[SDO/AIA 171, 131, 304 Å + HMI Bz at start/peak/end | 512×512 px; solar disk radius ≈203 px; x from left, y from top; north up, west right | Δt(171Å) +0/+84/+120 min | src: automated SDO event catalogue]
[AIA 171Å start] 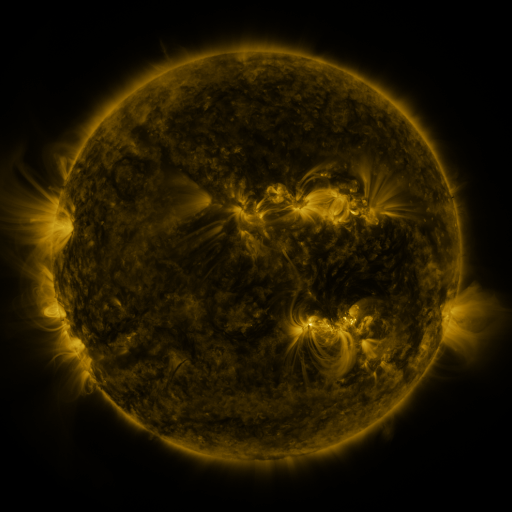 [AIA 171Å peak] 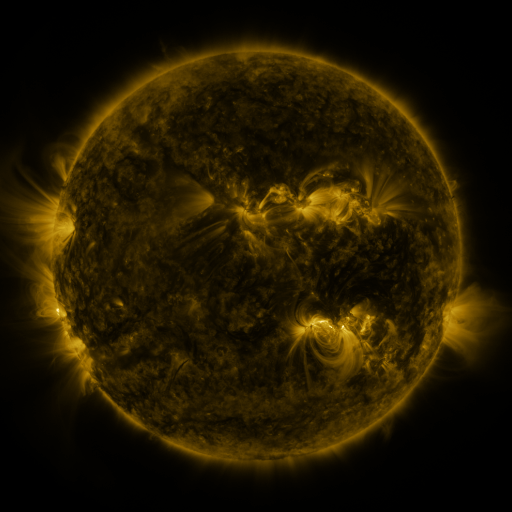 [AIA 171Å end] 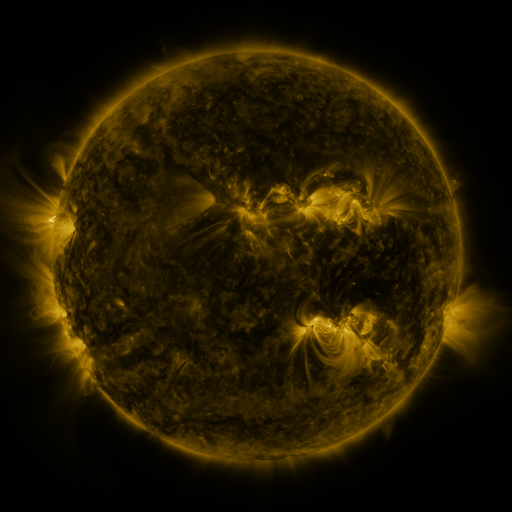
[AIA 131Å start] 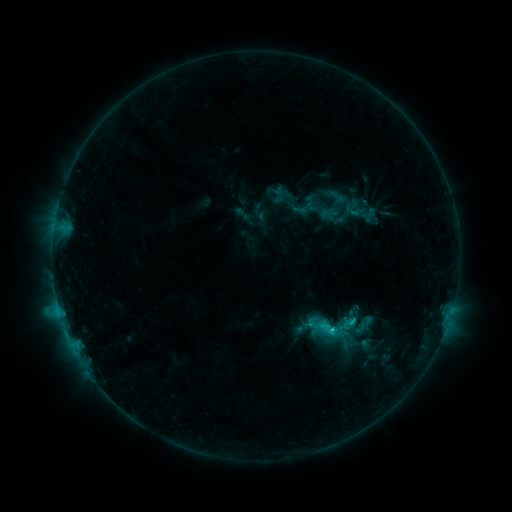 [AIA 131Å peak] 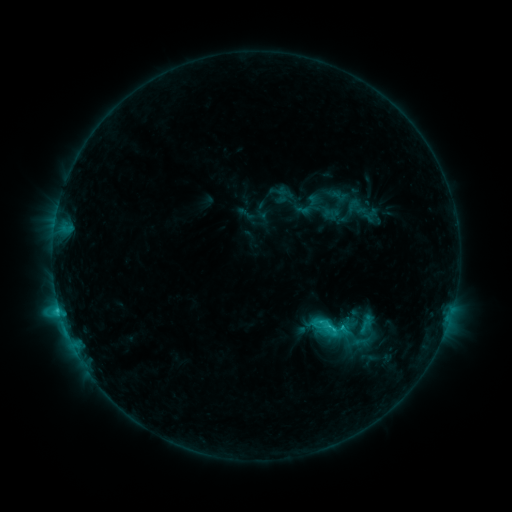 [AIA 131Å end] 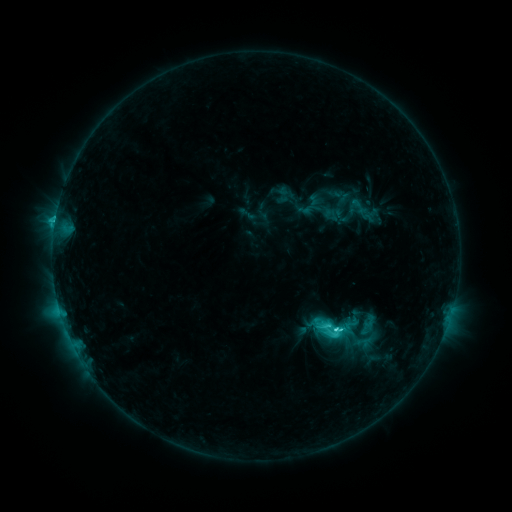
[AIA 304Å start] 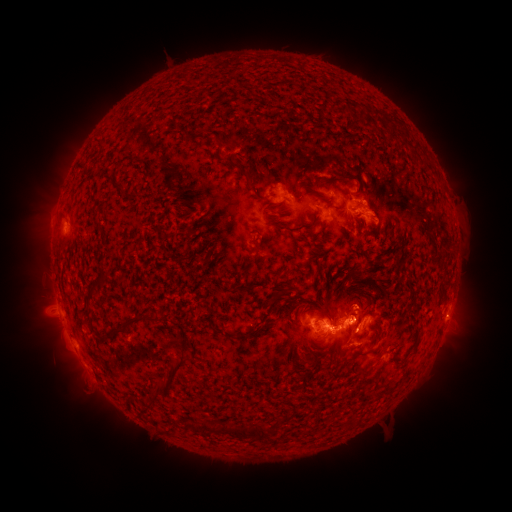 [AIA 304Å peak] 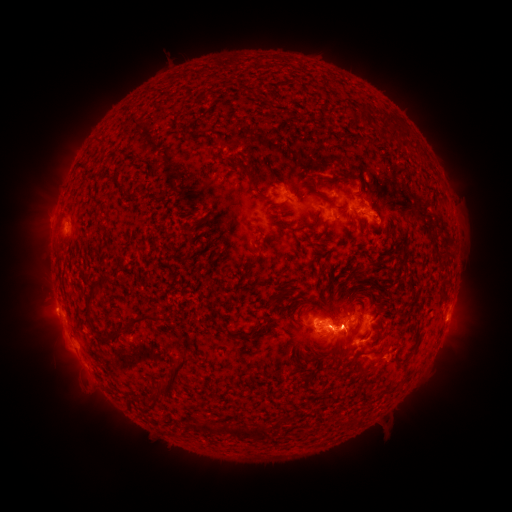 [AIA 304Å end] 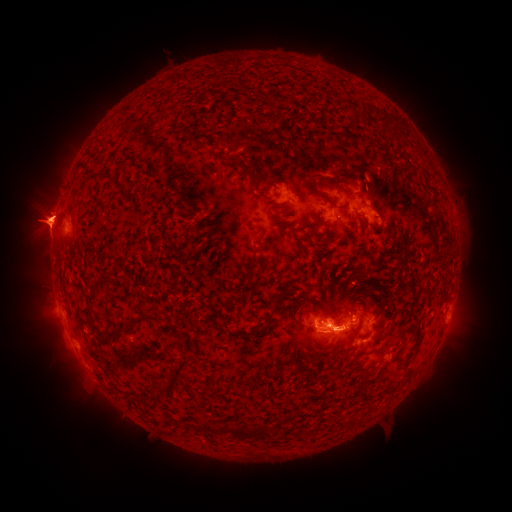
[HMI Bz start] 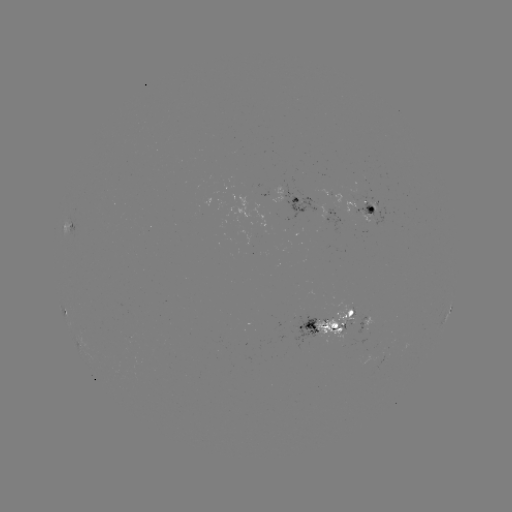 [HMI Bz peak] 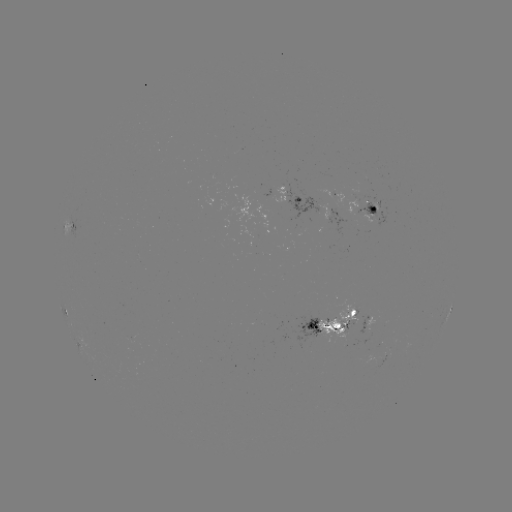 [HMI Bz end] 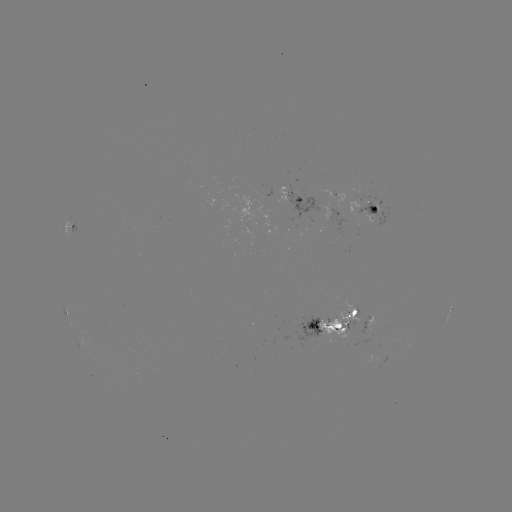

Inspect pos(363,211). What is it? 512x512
emerging-flux region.